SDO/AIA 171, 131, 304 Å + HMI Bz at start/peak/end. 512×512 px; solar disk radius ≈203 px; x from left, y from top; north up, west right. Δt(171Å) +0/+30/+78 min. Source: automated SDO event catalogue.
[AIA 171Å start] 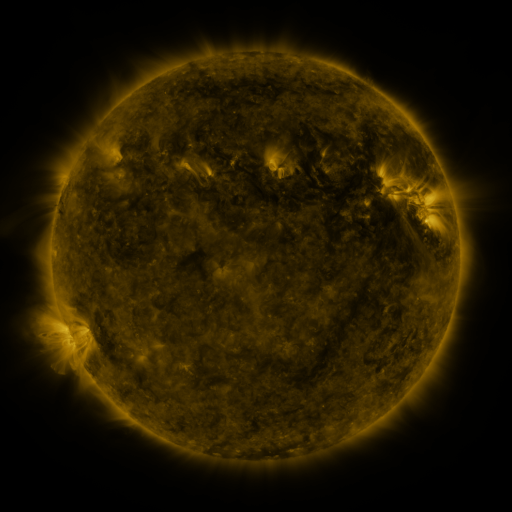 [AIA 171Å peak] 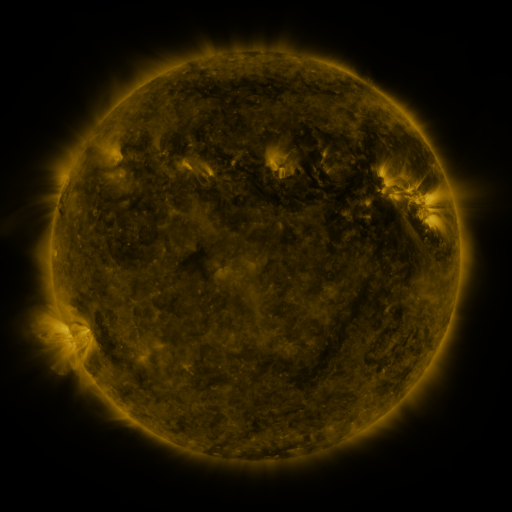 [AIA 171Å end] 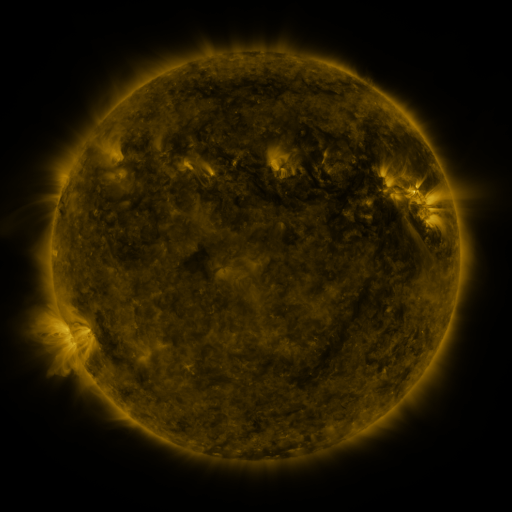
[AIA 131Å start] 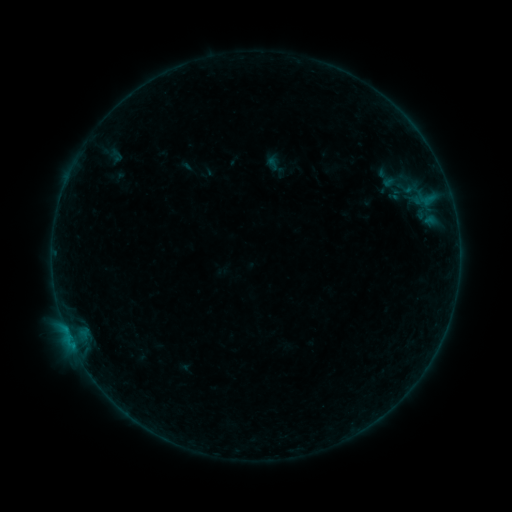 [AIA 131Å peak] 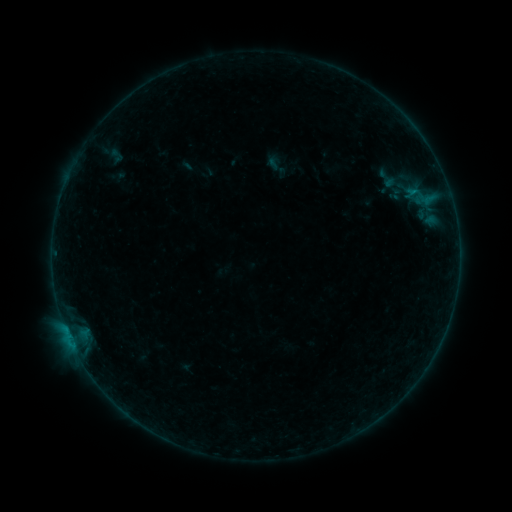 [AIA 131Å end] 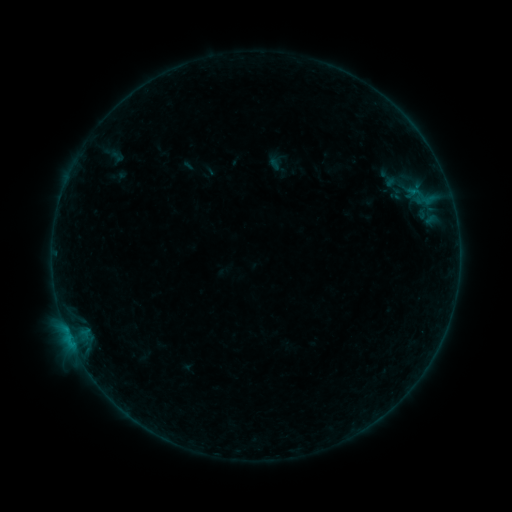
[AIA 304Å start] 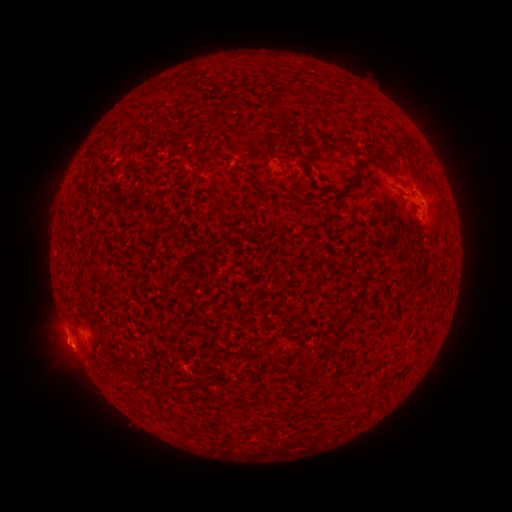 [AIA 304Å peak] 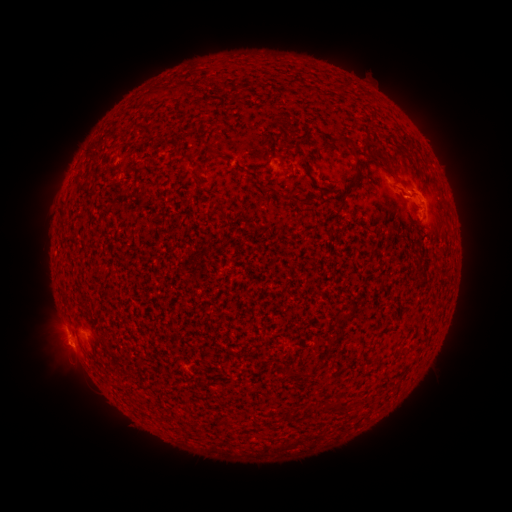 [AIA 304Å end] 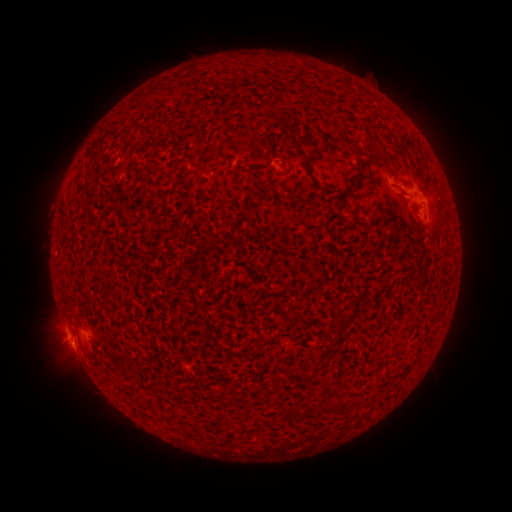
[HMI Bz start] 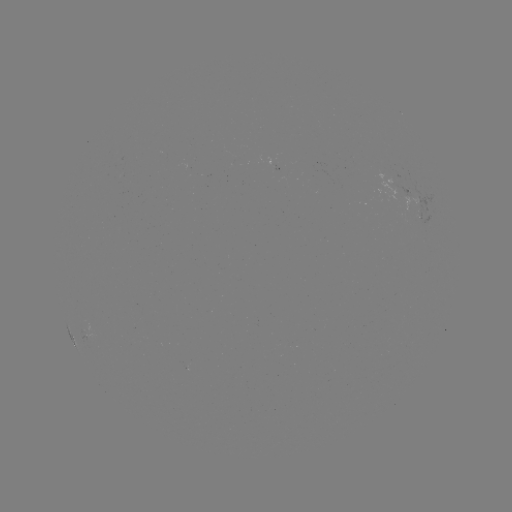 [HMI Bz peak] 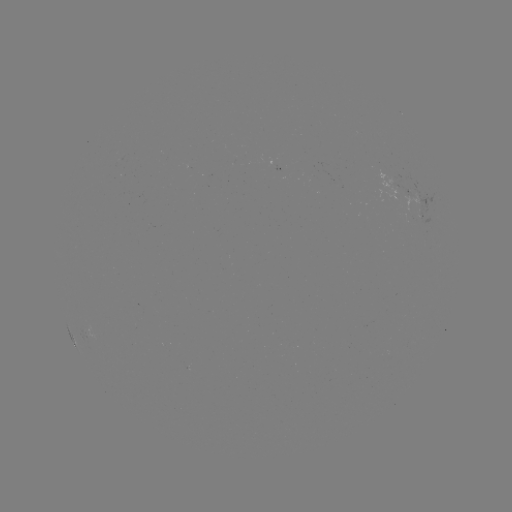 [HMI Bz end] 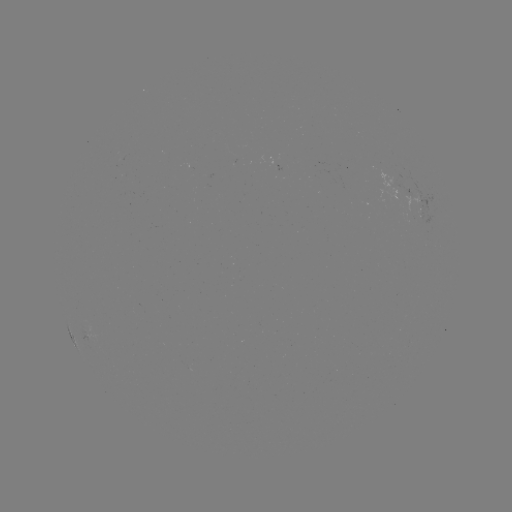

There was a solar flare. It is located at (410, 195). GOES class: B5.5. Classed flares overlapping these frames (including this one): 1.